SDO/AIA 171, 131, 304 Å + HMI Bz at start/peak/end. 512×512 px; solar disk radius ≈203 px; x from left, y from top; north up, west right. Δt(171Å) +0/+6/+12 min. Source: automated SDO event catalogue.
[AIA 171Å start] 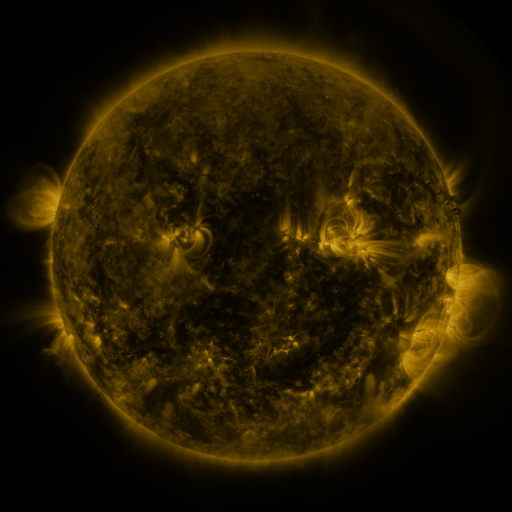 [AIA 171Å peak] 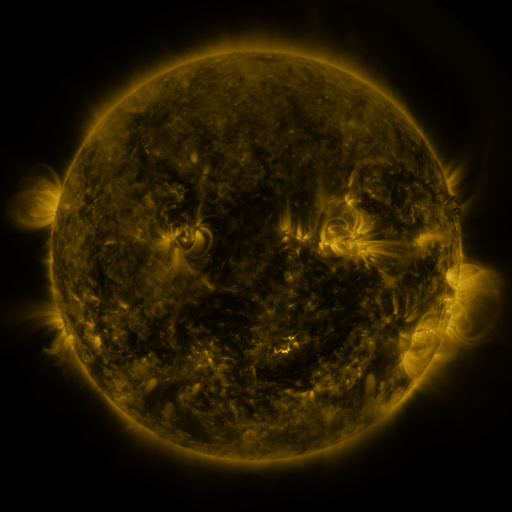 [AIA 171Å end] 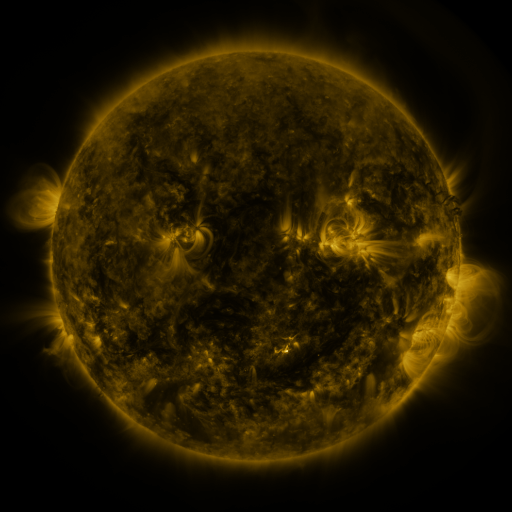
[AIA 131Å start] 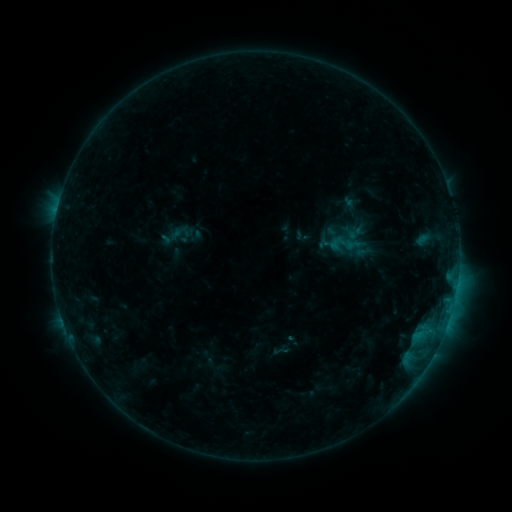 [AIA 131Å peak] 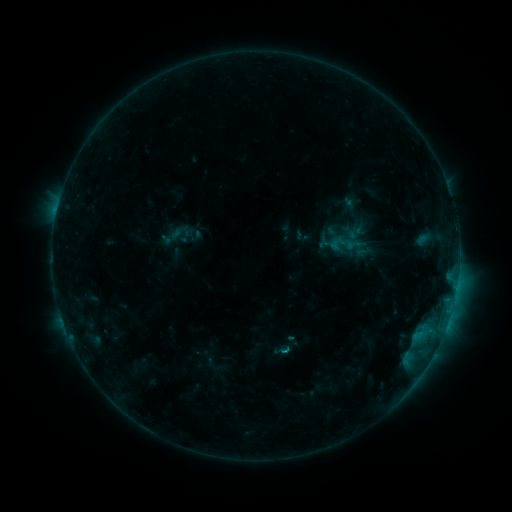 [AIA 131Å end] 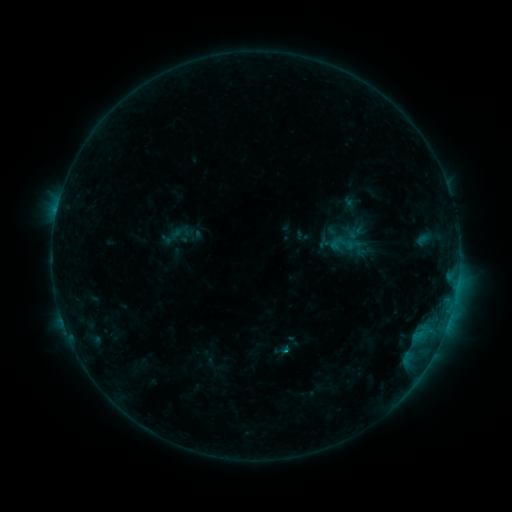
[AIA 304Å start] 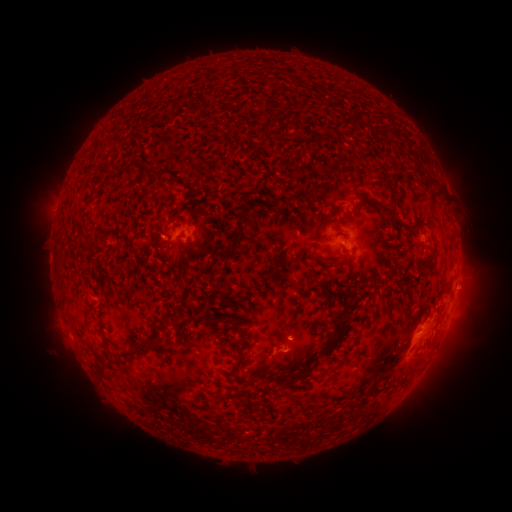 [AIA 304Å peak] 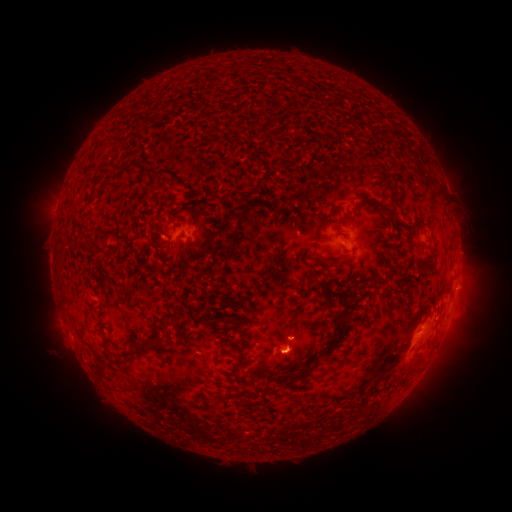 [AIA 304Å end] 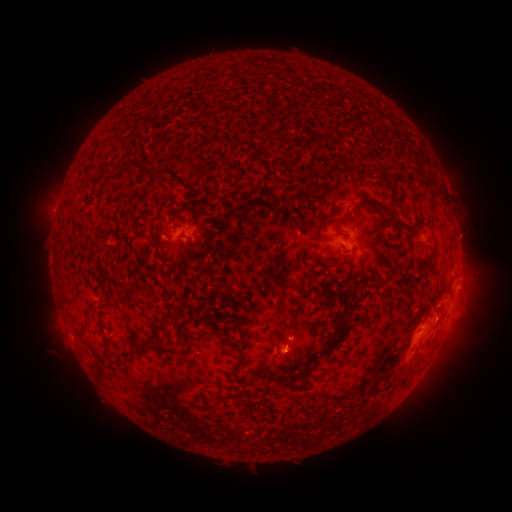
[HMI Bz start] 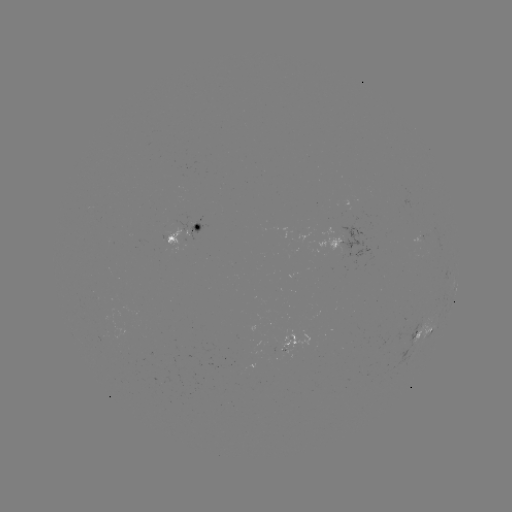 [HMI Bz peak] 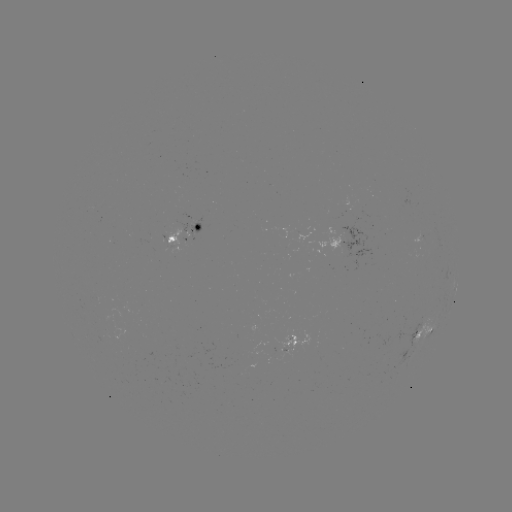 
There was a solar flare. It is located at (282, 349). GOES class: B7.3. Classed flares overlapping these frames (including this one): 1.